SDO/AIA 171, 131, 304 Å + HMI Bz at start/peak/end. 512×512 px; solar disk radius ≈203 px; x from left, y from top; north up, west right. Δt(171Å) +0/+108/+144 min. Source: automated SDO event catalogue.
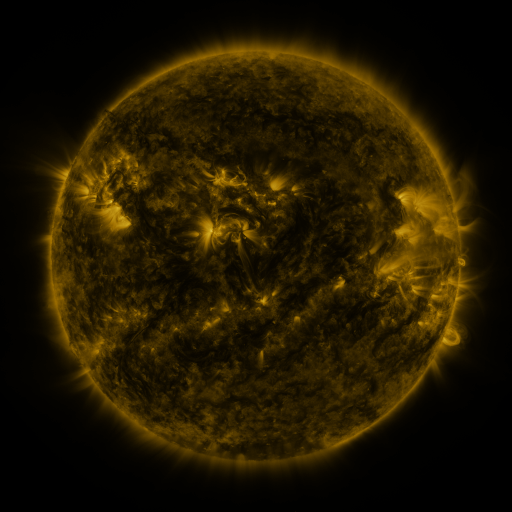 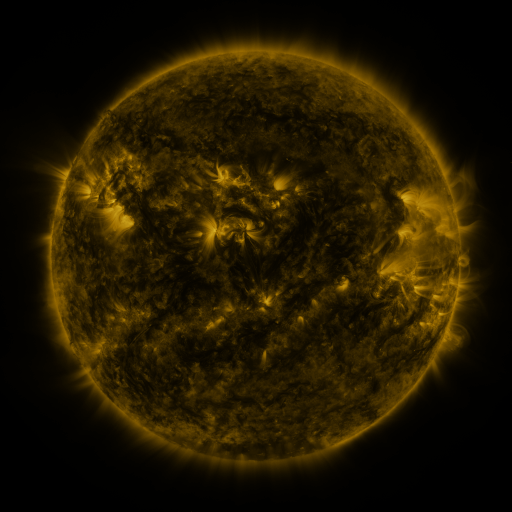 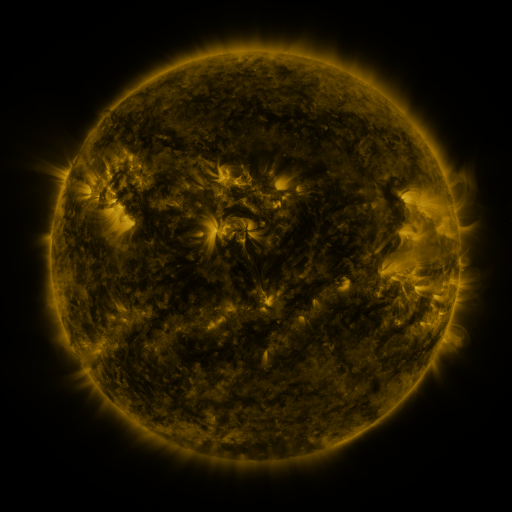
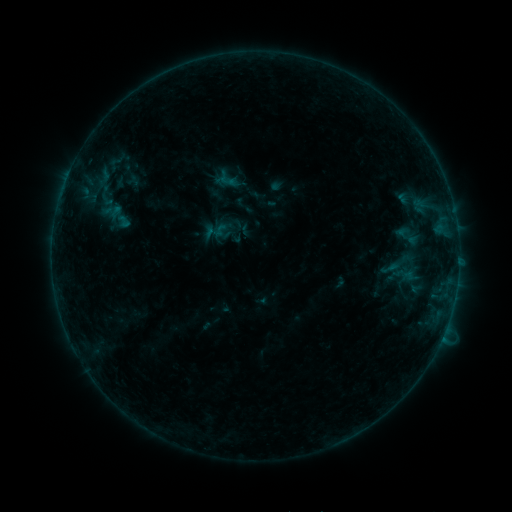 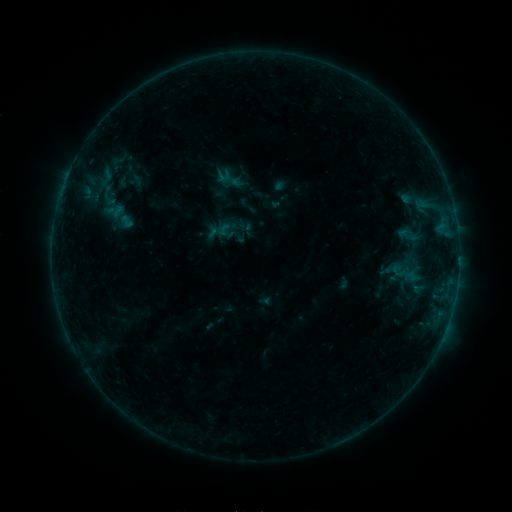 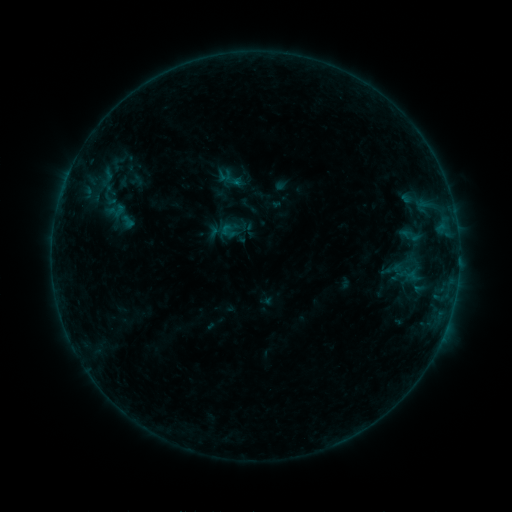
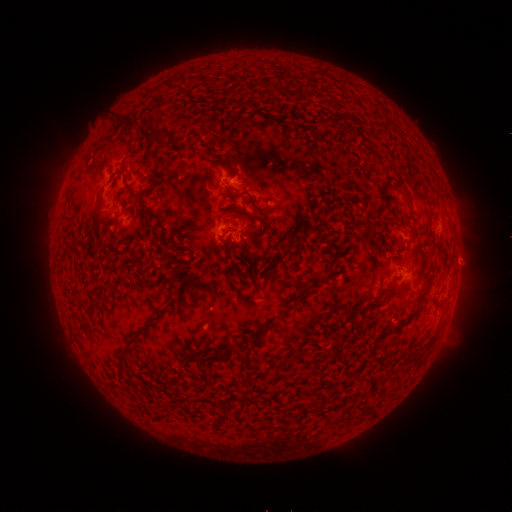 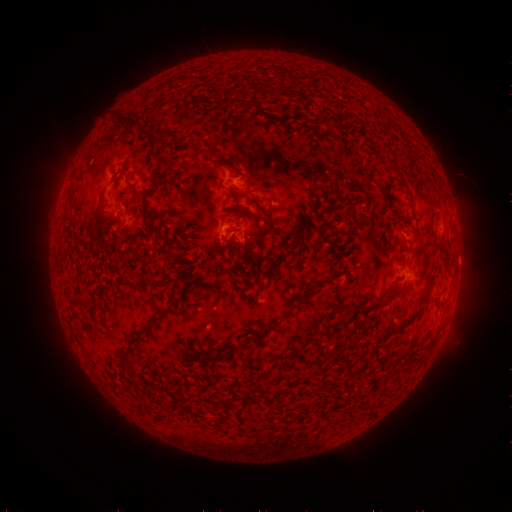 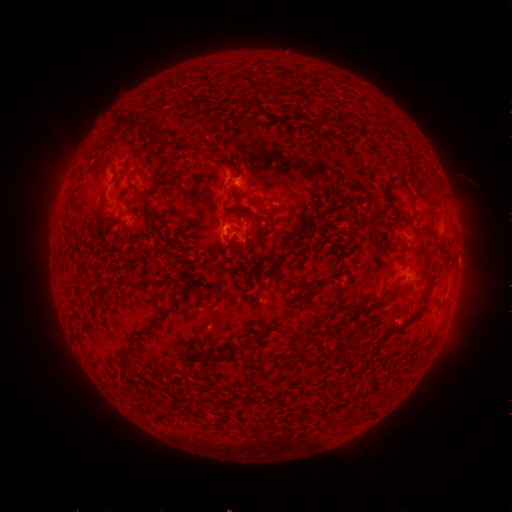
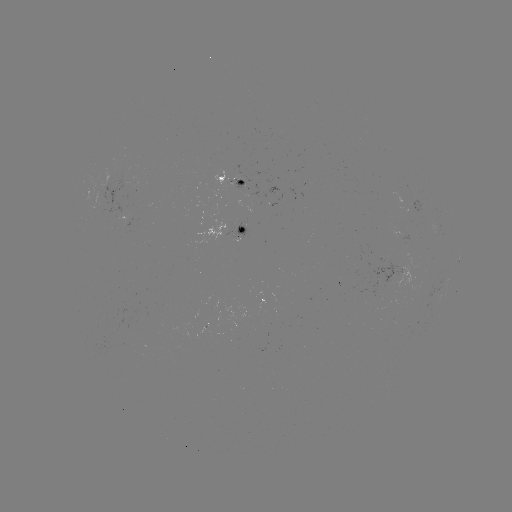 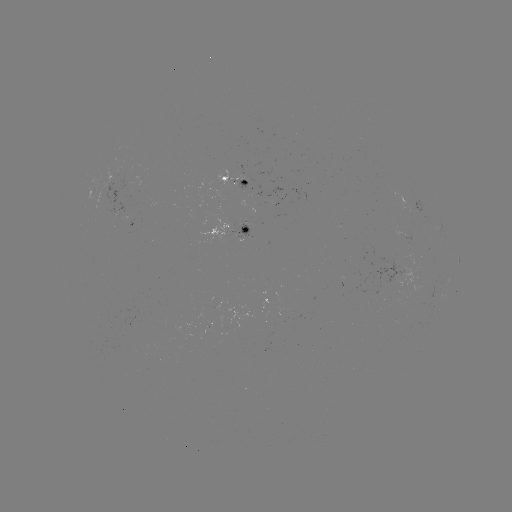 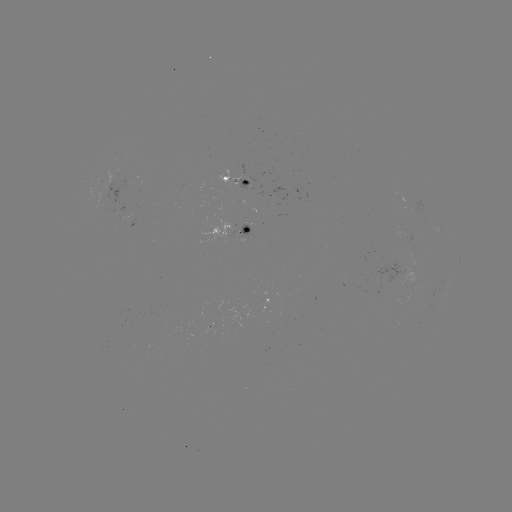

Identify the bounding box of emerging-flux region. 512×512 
[259, 300, 268, 316].